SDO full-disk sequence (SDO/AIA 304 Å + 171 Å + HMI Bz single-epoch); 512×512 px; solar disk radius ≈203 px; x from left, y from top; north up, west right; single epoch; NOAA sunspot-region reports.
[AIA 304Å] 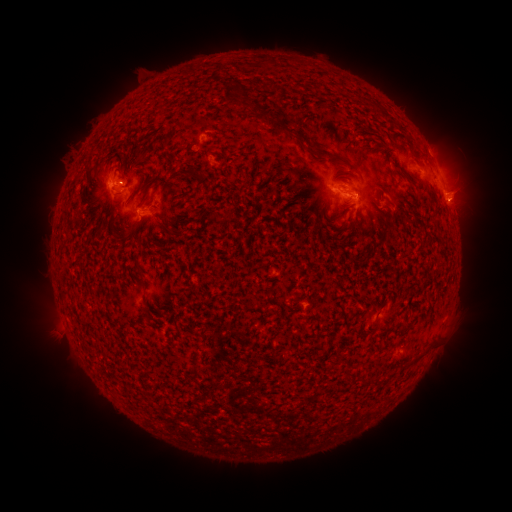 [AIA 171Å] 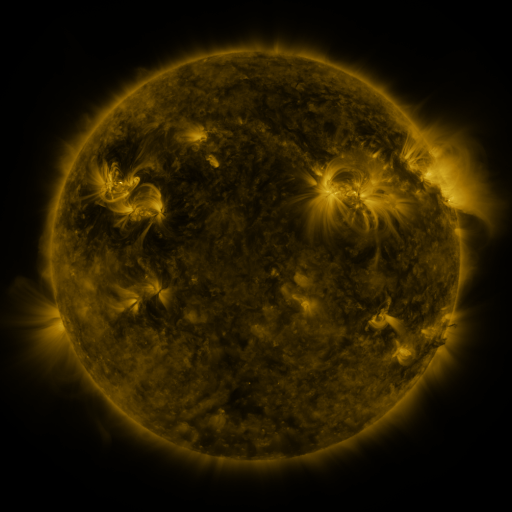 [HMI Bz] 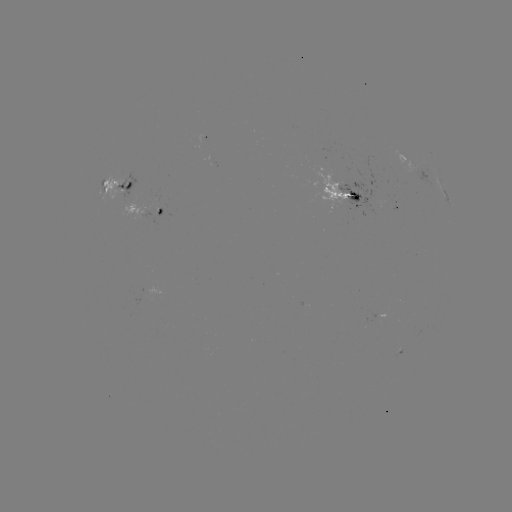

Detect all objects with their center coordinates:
spotted active region: (428, 175)
spotted active region: (120, 183)
spotted active region: (343, 192)
spotted active region: (449, 203)
spotted active region: (395, 206)
spotted active region: (151, 210)
spotted active region: (400, 350)
